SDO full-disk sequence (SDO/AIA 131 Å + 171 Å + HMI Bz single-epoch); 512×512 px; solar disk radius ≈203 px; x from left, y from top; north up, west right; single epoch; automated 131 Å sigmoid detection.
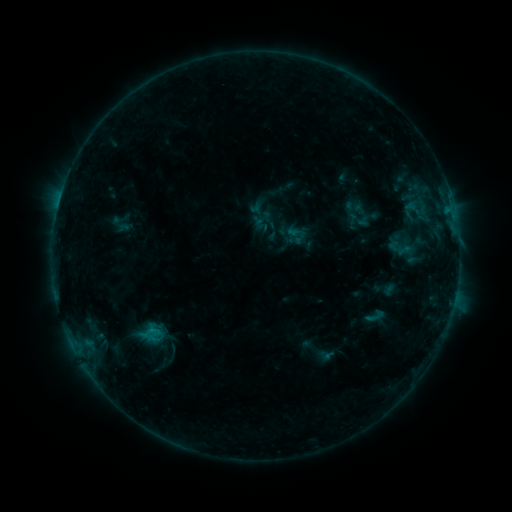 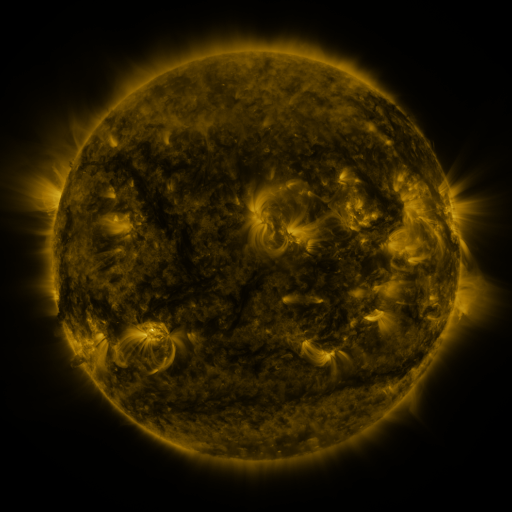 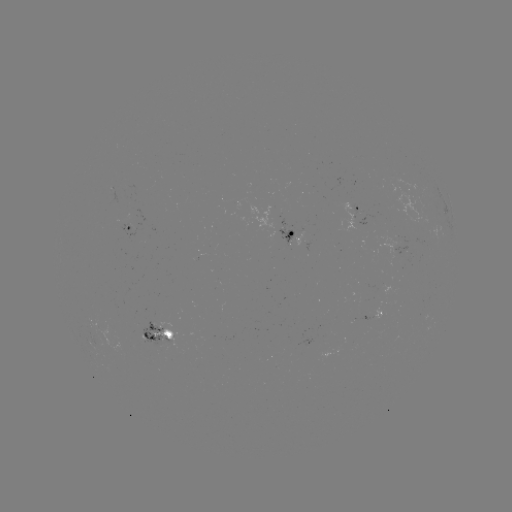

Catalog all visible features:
sigmoid: (256, 209, 287, 239)
sigmoid: (277, 223, 293, 238)
sigmoid: (363, 304, 388, 329)
